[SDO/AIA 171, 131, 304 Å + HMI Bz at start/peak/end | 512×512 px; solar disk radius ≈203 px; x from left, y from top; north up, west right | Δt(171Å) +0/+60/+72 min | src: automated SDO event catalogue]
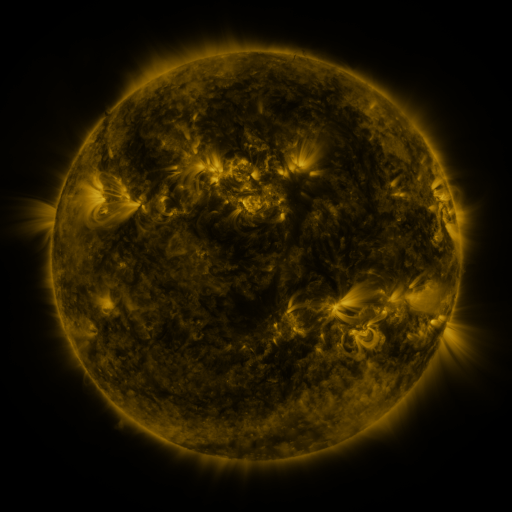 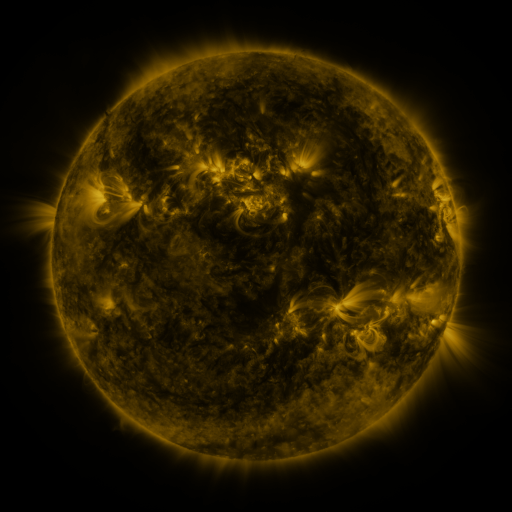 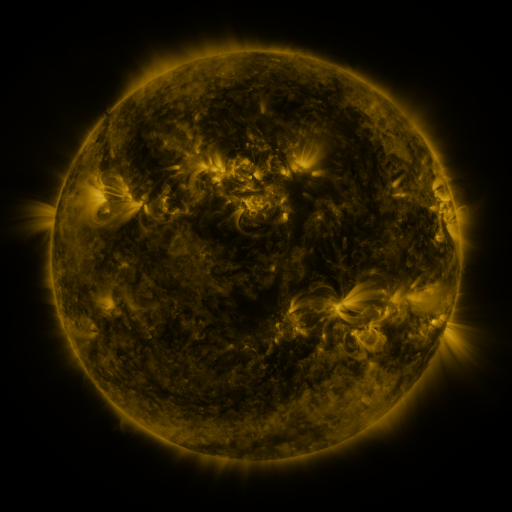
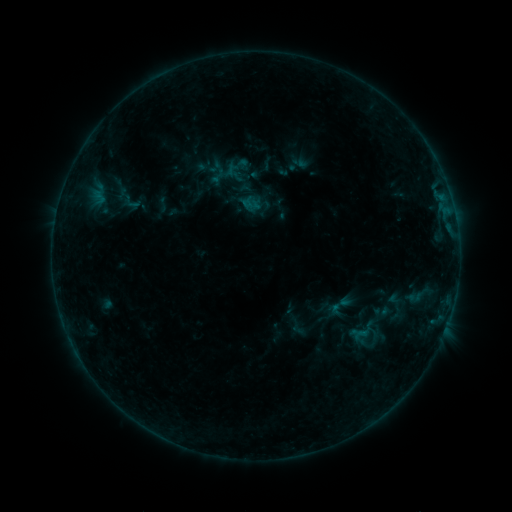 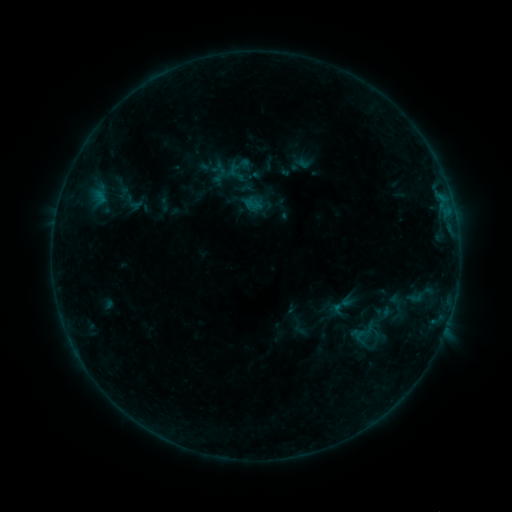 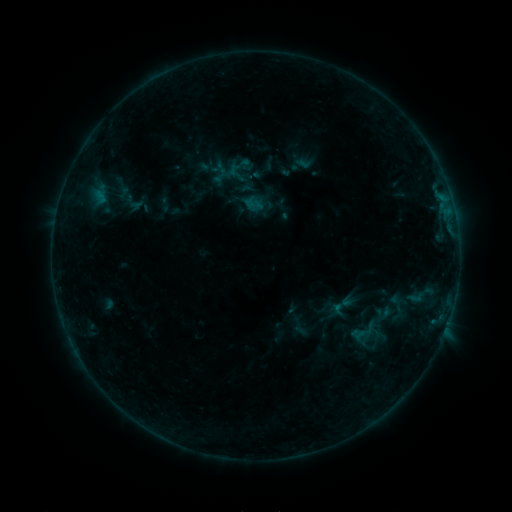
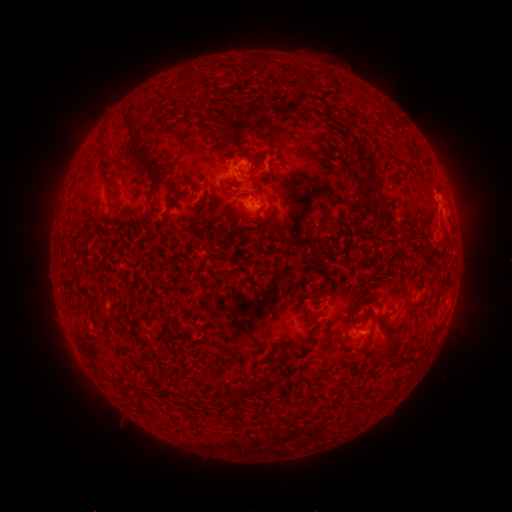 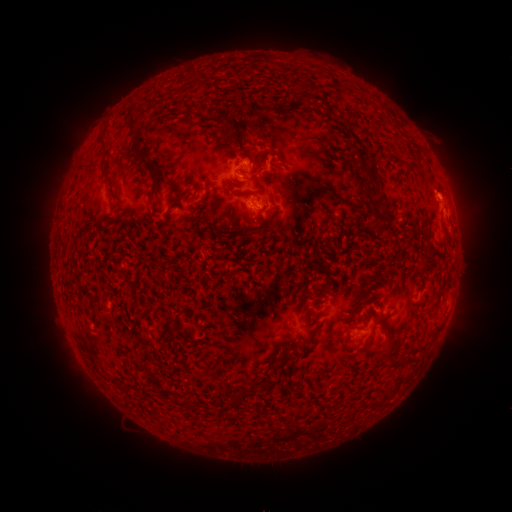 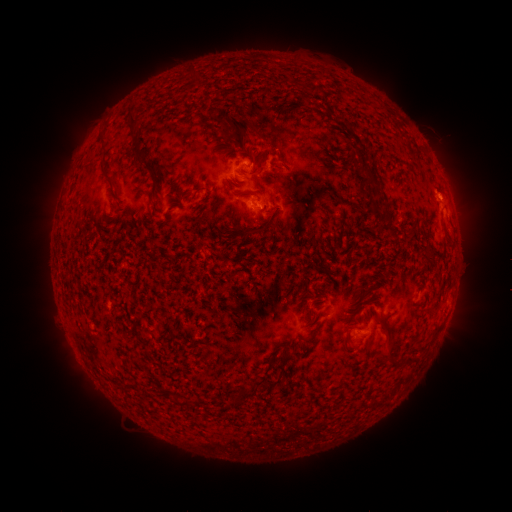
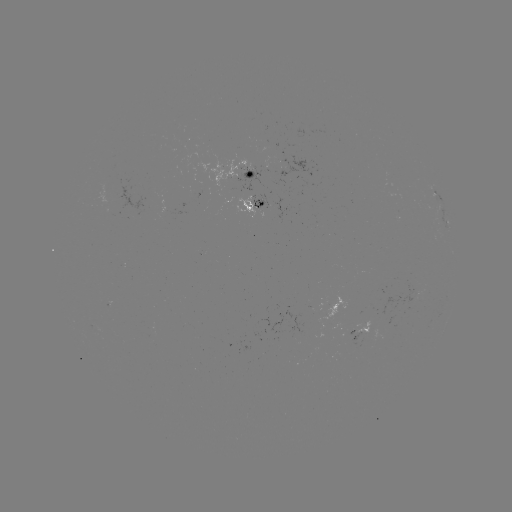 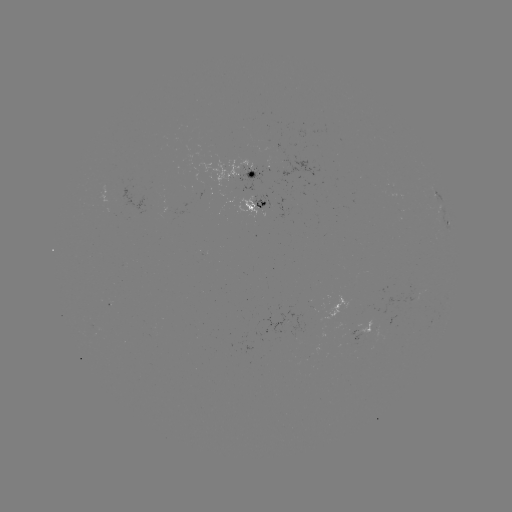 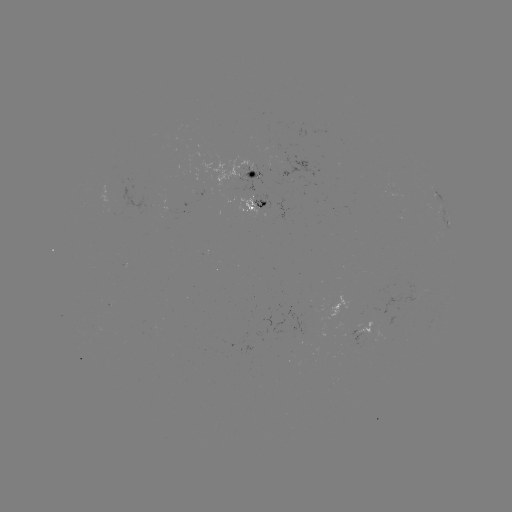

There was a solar emerging-flux region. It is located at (242, 203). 